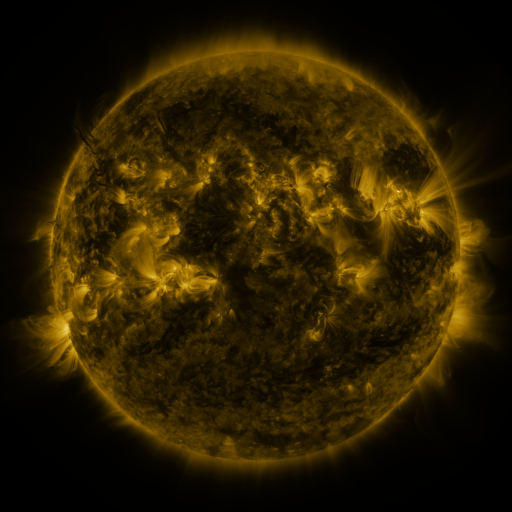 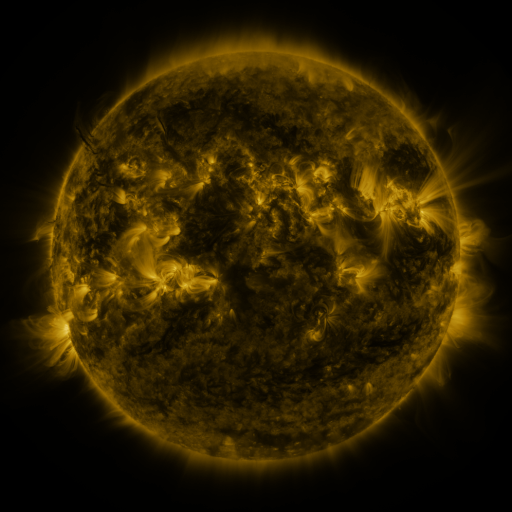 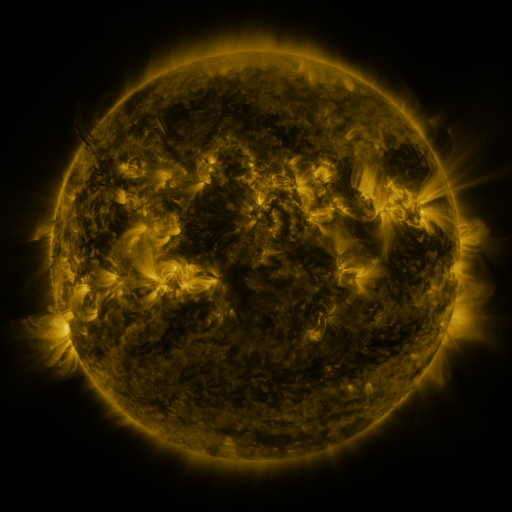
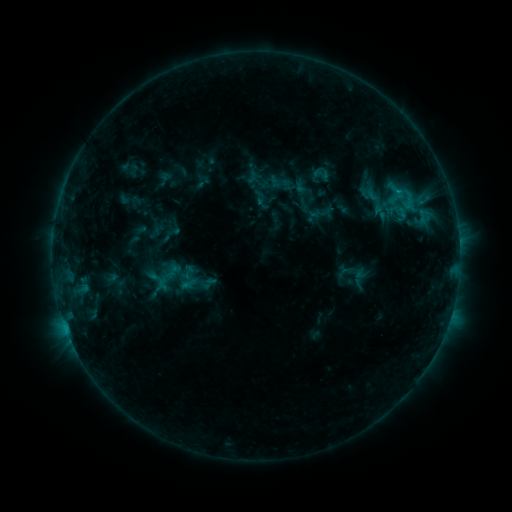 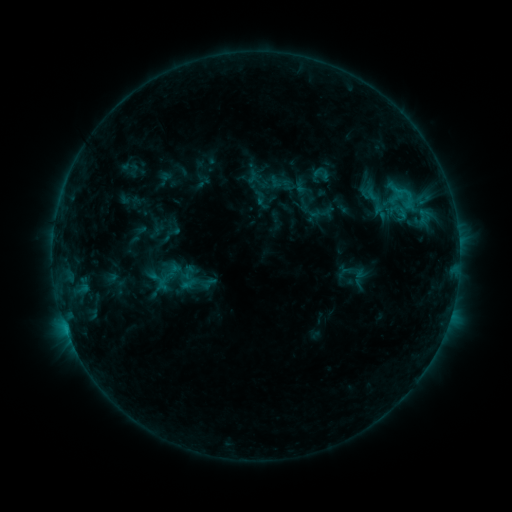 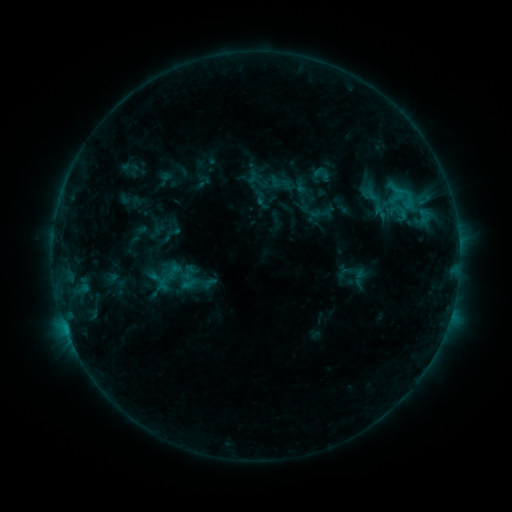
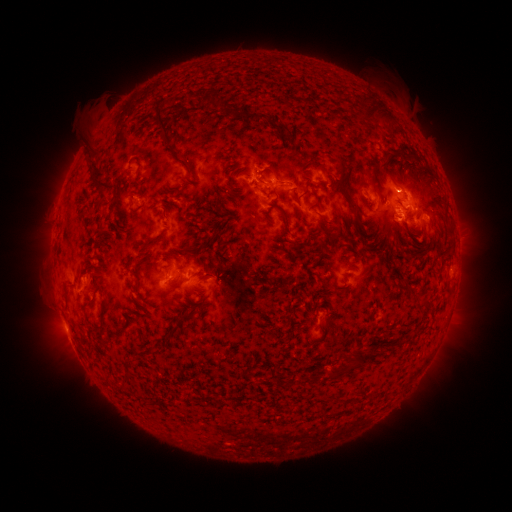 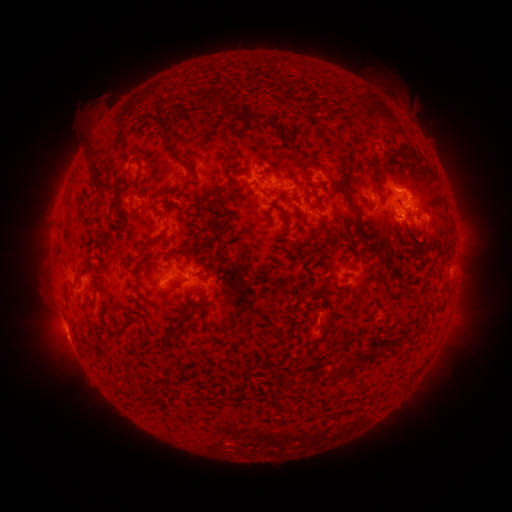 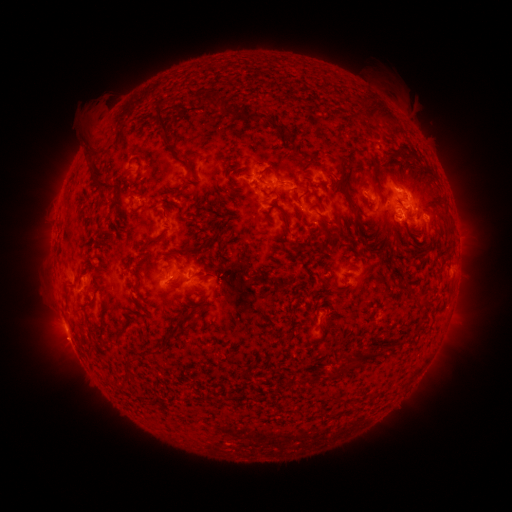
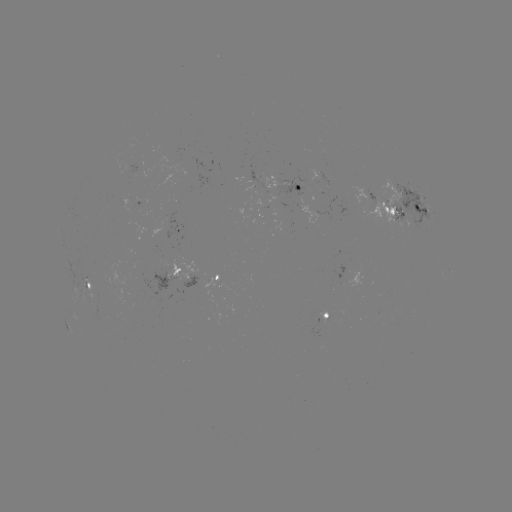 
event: eruption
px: (66, 338)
